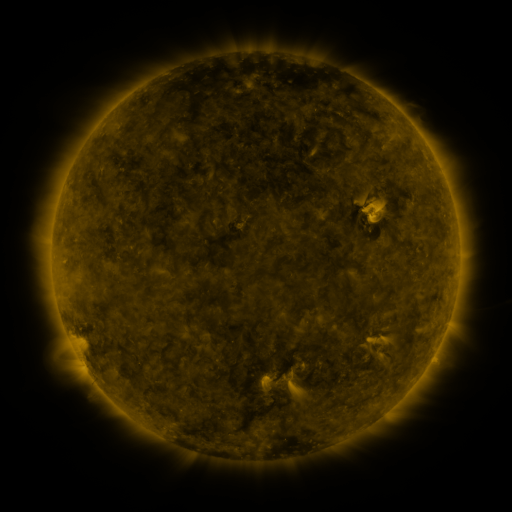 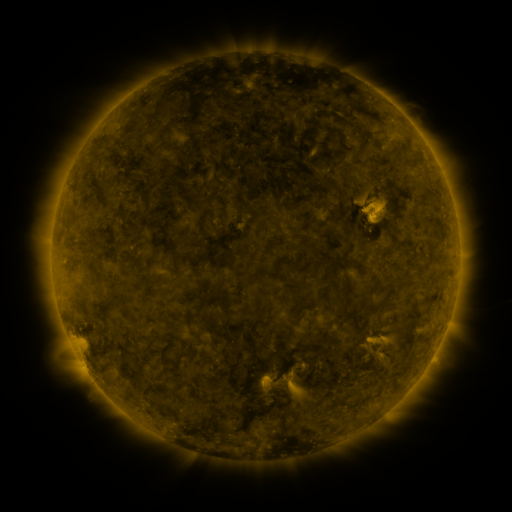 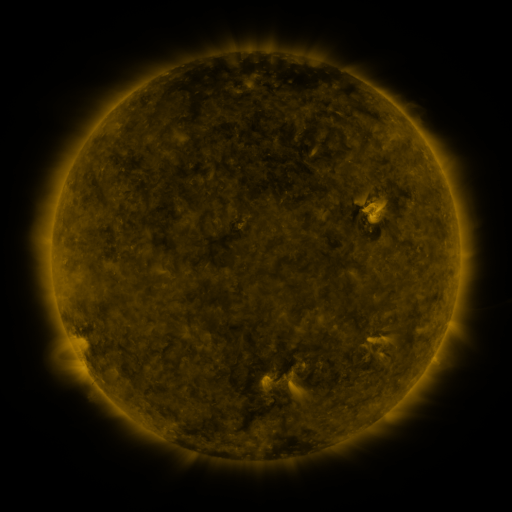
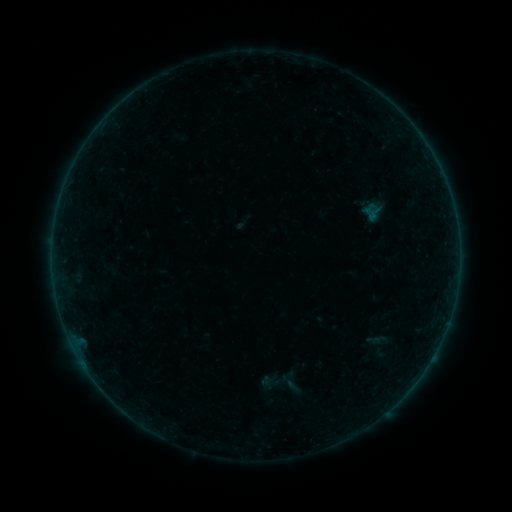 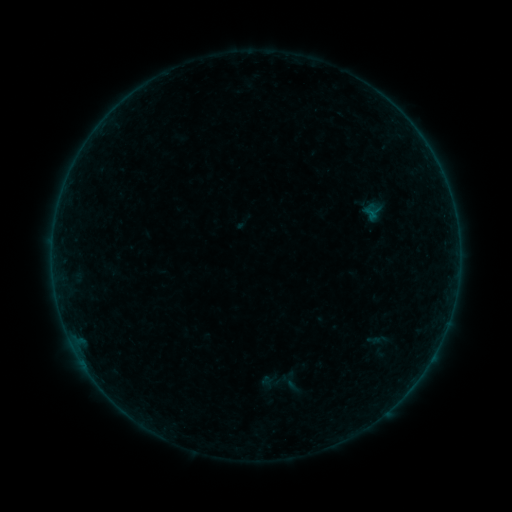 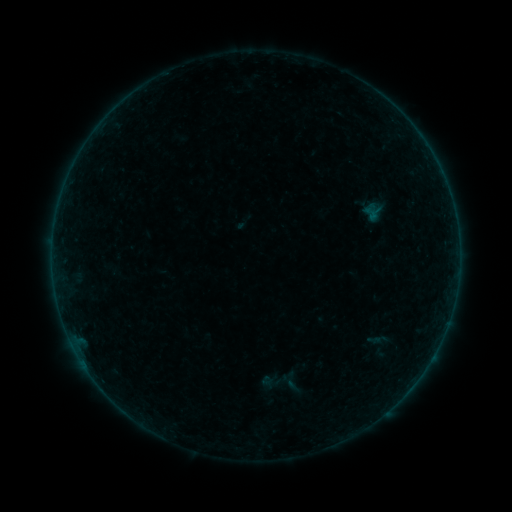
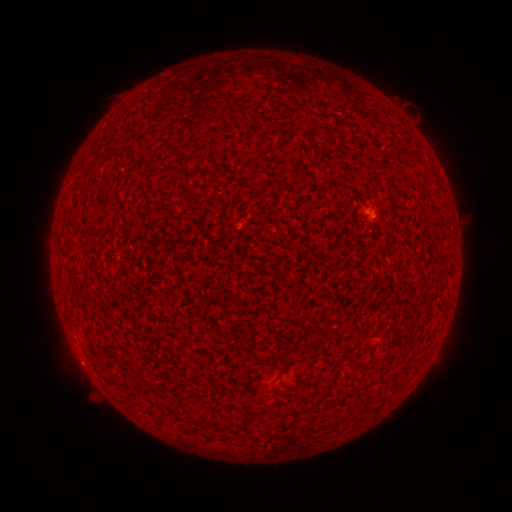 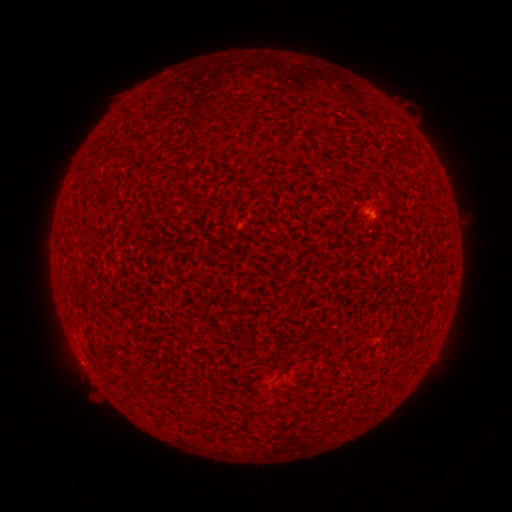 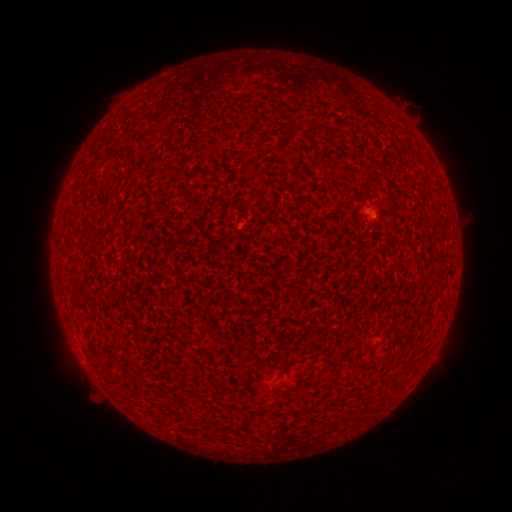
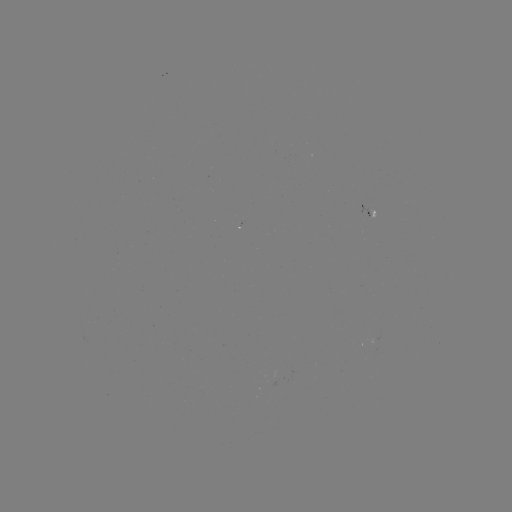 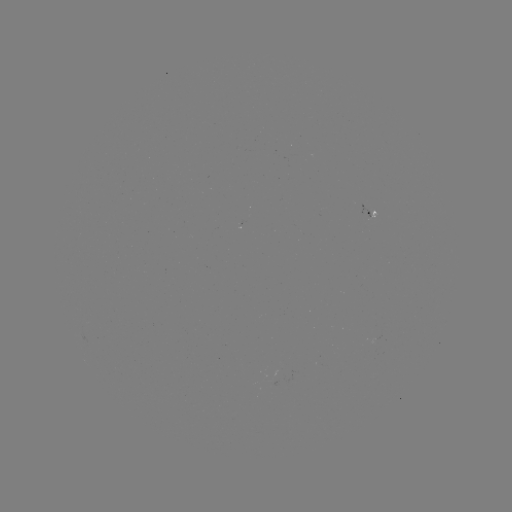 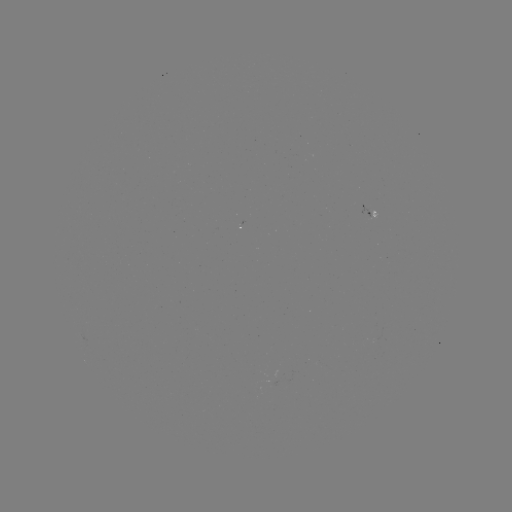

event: flare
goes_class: A6.5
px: (370, 215)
